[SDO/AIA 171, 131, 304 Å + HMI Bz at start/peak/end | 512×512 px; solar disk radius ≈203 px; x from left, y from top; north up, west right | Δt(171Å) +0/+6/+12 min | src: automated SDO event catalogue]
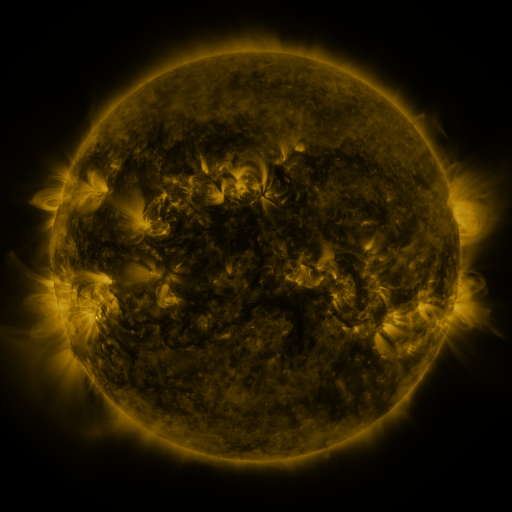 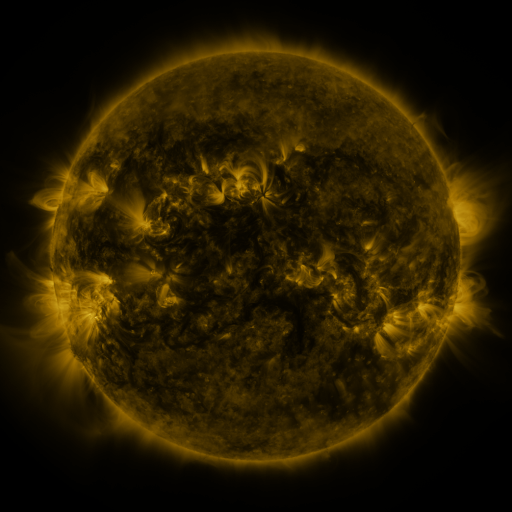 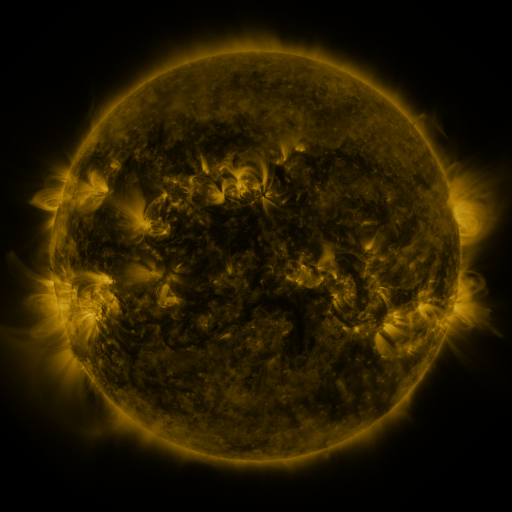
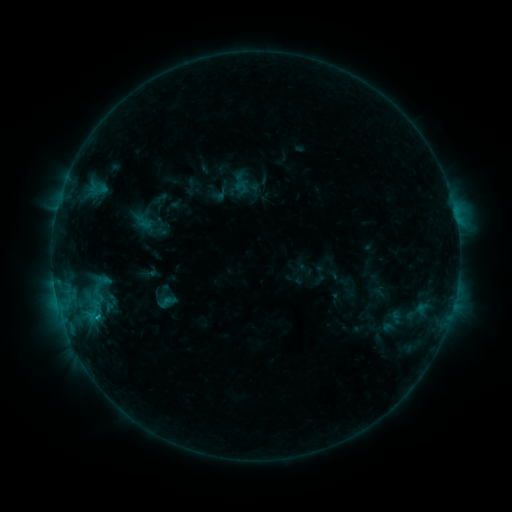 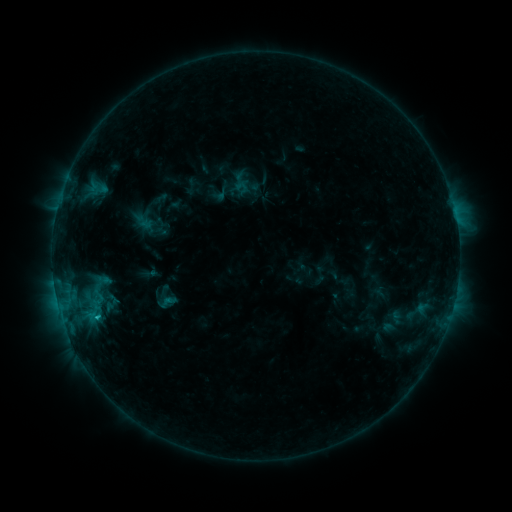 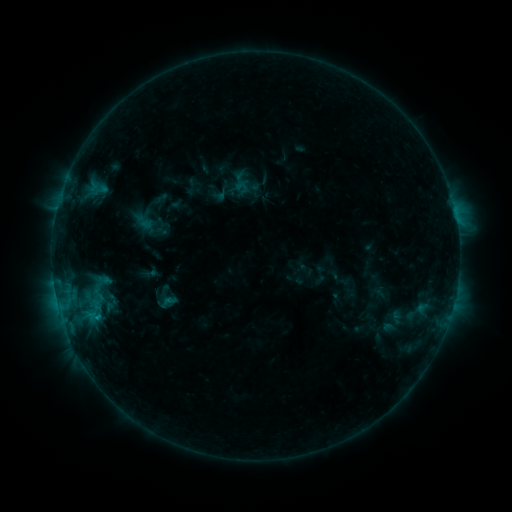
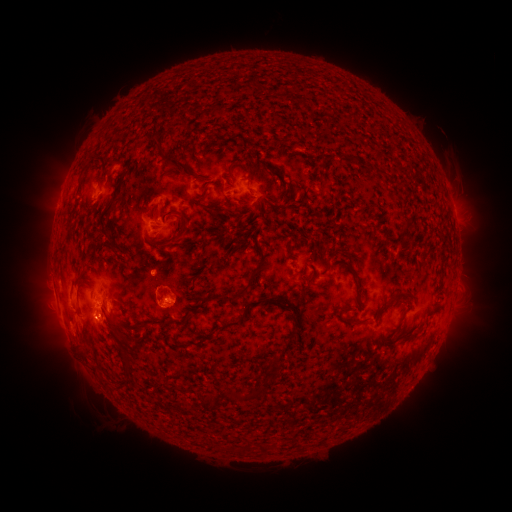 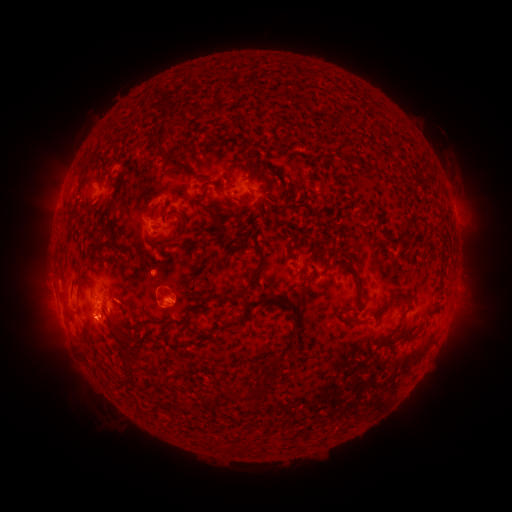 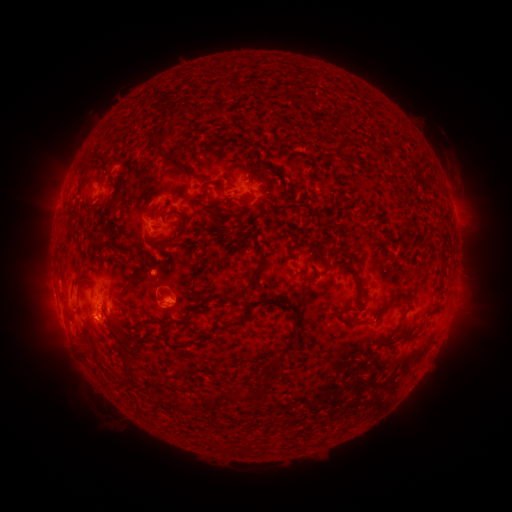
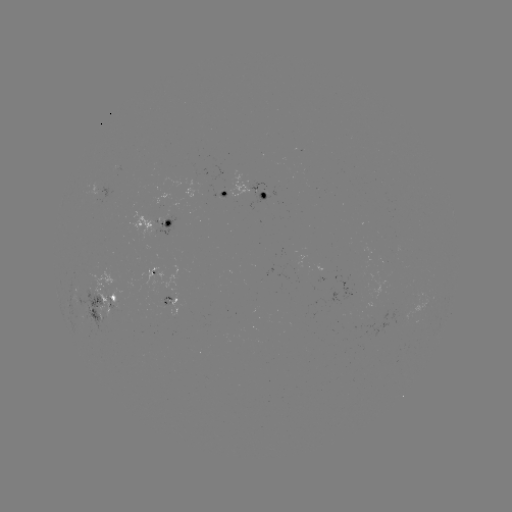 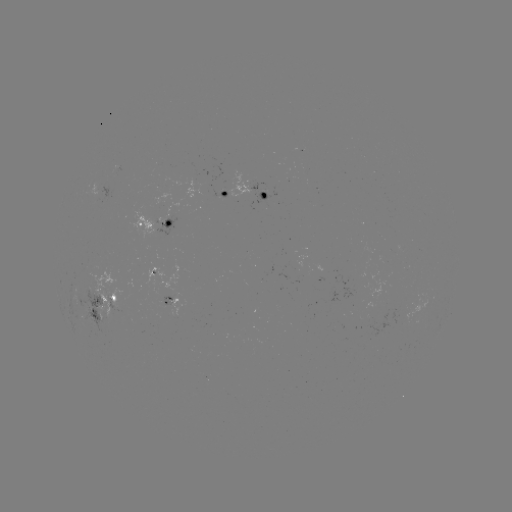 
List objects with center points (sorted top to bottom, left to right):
B9.2 flare: (97, 314)
